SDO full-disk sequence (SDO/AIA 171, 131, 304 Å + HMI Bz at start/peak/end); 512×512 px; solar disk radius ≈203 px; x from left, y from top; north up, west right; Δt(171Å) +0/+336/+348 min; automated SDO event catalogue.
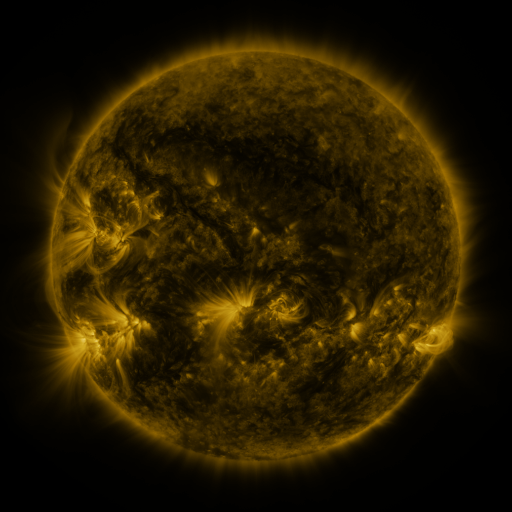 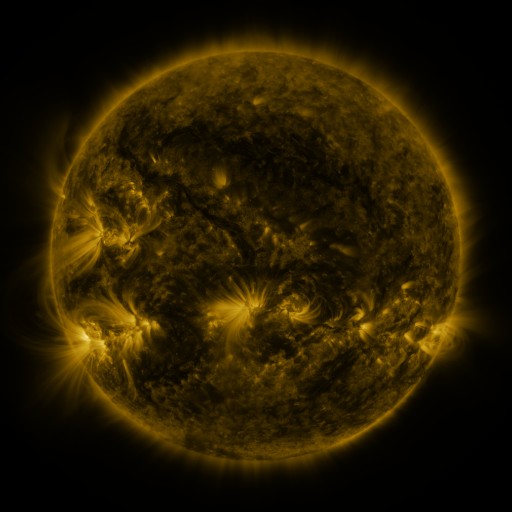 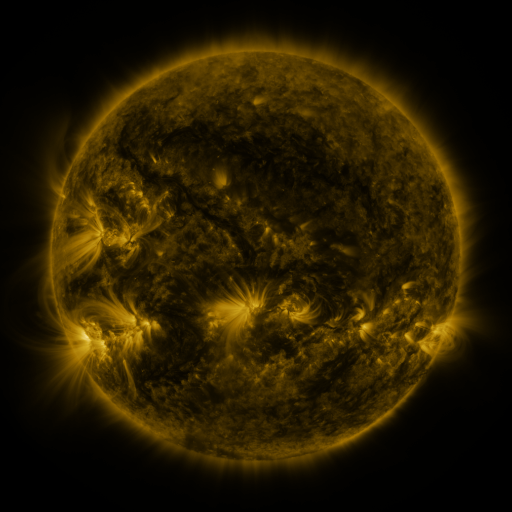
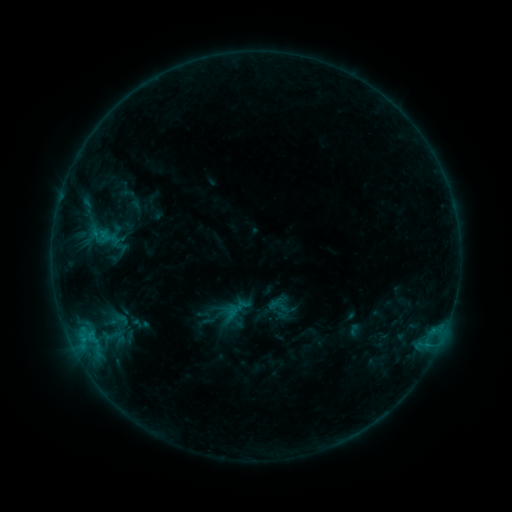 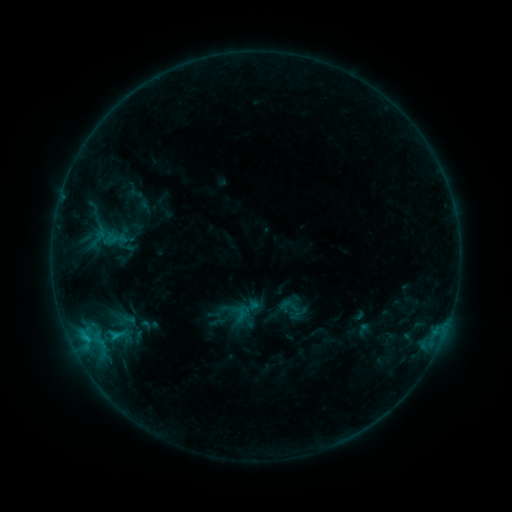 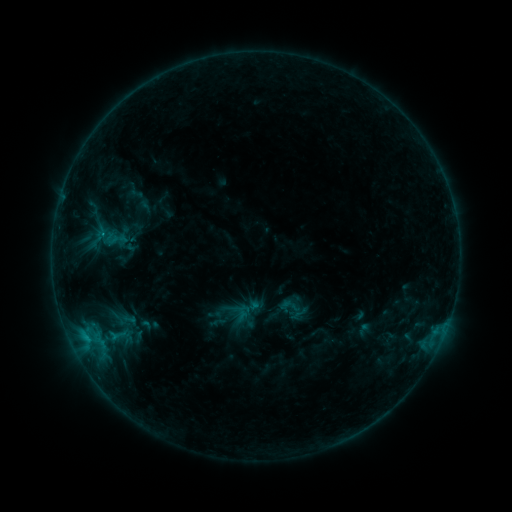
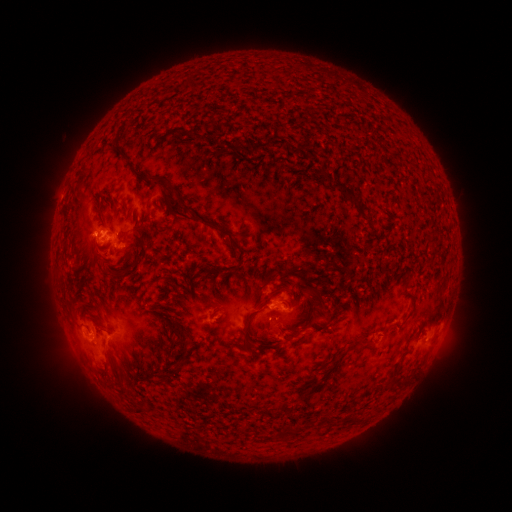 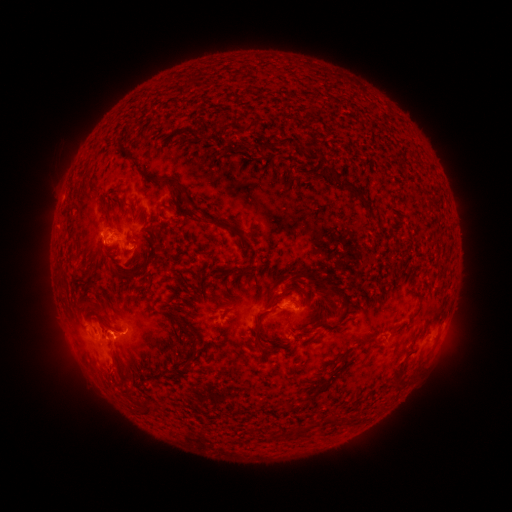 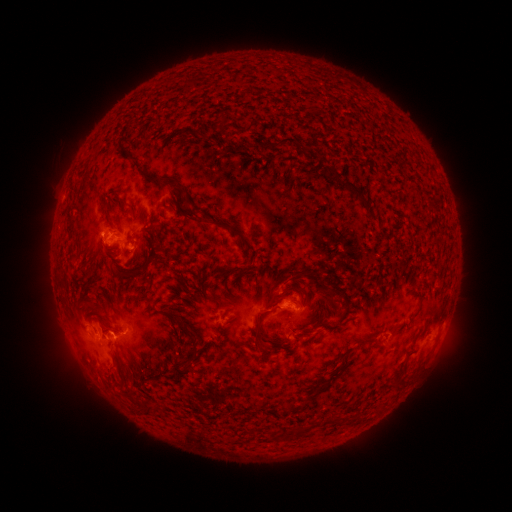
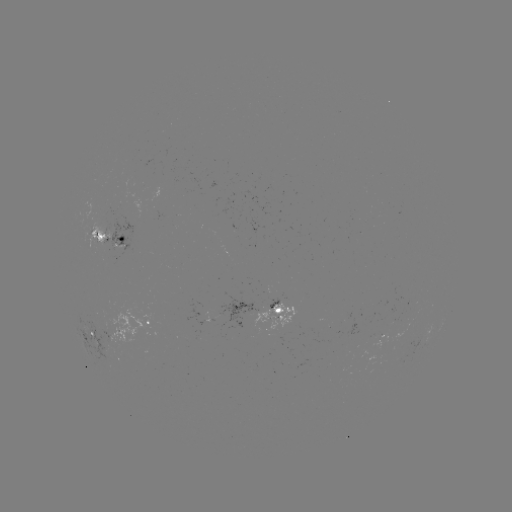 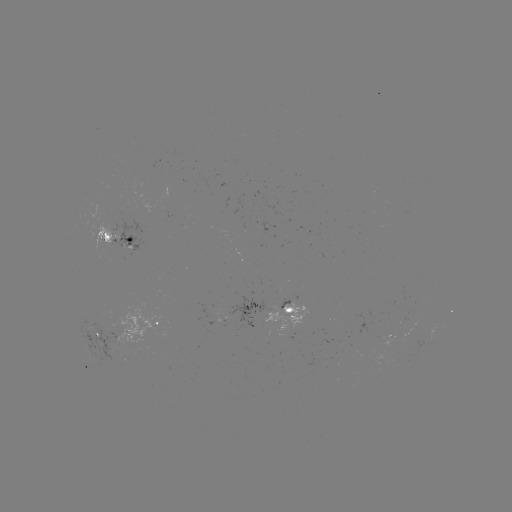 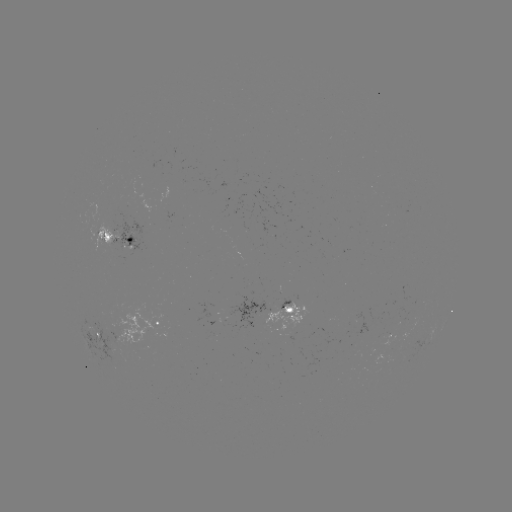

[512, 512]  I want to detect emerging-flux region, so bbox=[82, 317, 125, 354].